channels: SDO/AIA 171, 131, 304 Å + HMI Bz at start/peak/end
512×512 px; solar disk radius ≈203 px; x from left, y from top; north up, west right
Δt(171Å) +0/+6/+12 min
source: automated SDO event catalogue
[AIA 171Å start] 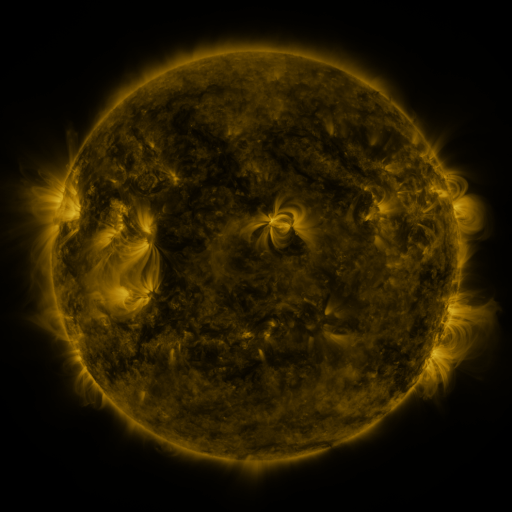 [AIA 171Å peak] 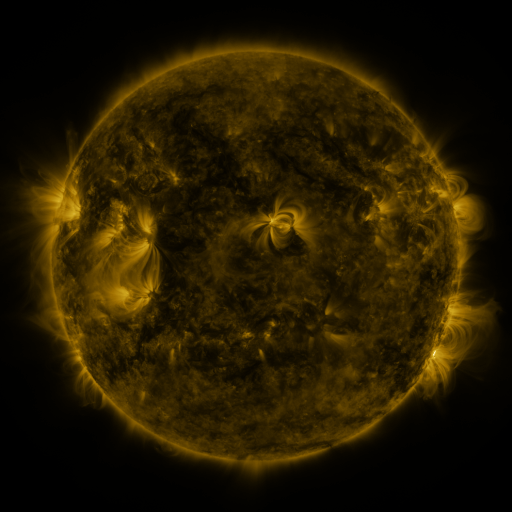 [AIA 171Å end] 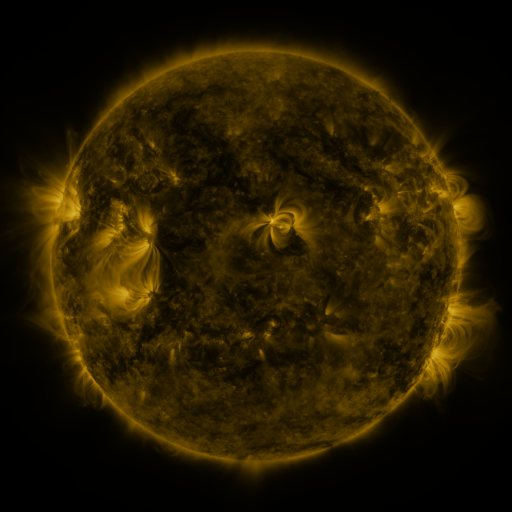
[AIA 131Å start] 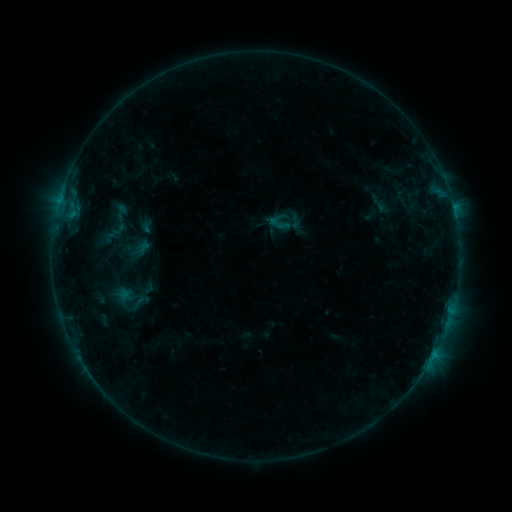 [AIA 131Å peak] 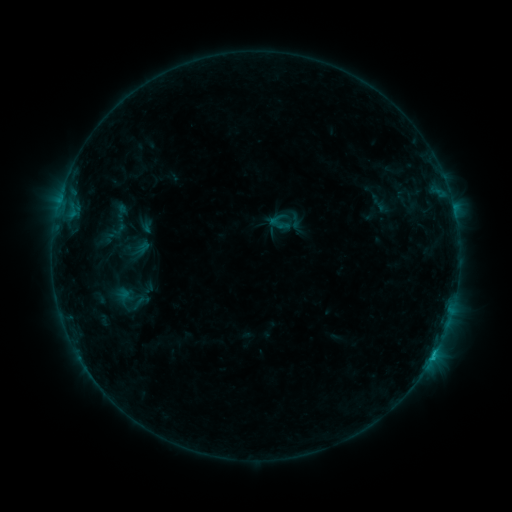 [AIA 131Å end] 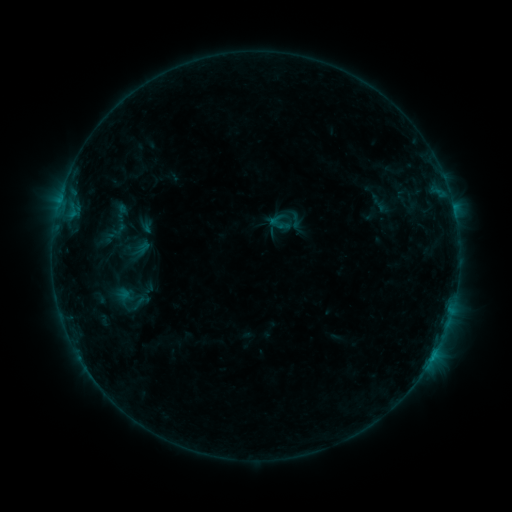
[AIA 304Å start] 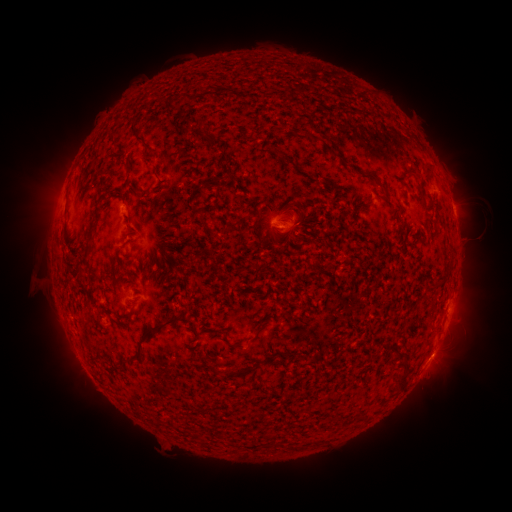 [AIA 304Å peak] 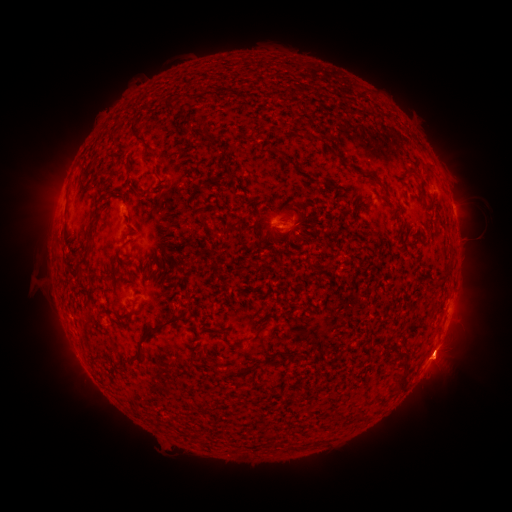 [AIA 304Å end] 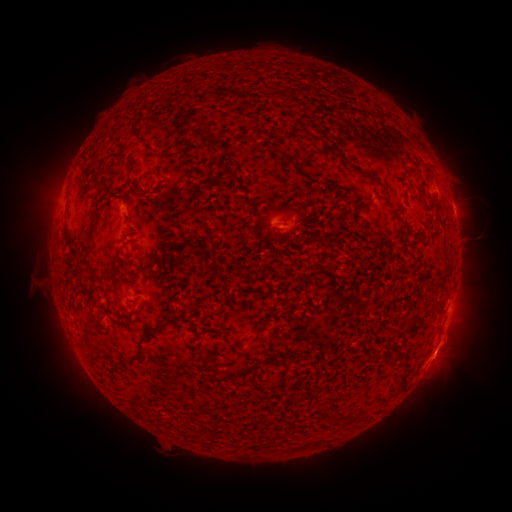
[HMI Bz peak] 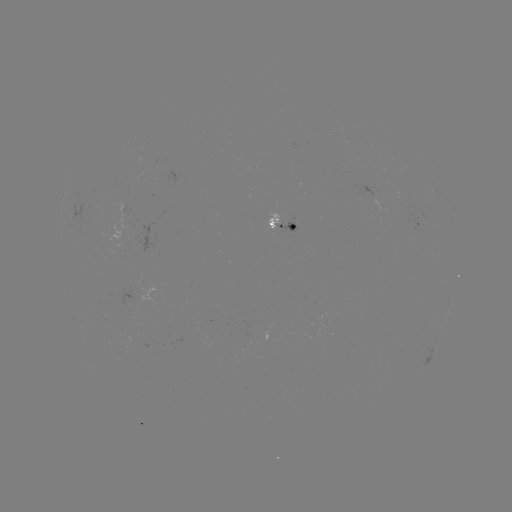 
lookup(B4.2 flare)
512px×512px (431, 357)